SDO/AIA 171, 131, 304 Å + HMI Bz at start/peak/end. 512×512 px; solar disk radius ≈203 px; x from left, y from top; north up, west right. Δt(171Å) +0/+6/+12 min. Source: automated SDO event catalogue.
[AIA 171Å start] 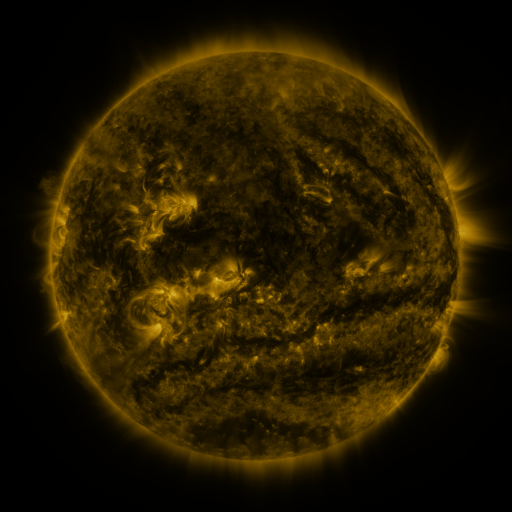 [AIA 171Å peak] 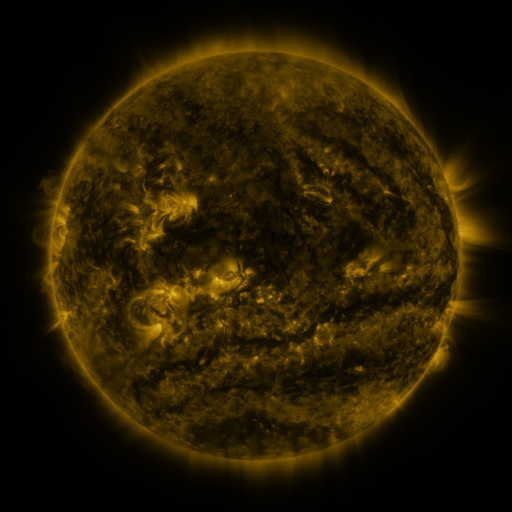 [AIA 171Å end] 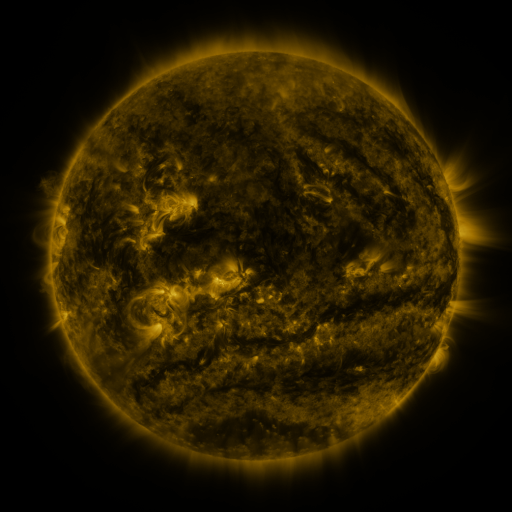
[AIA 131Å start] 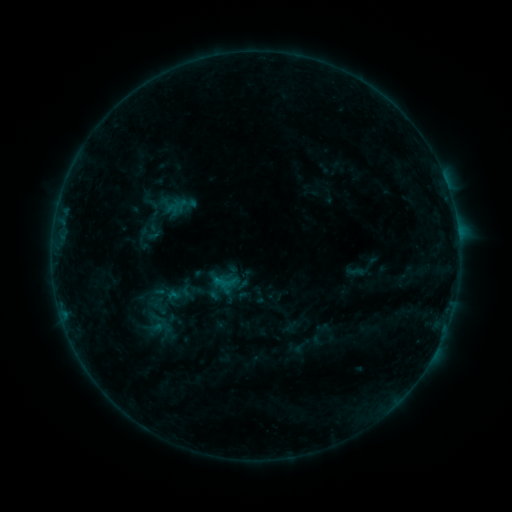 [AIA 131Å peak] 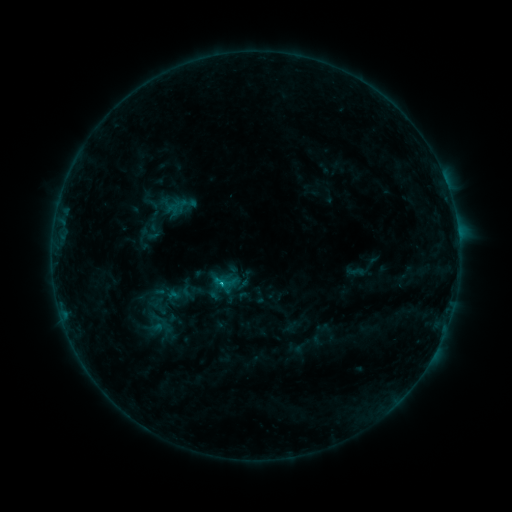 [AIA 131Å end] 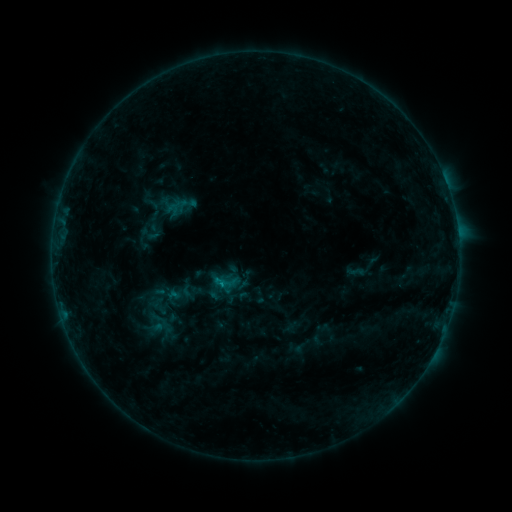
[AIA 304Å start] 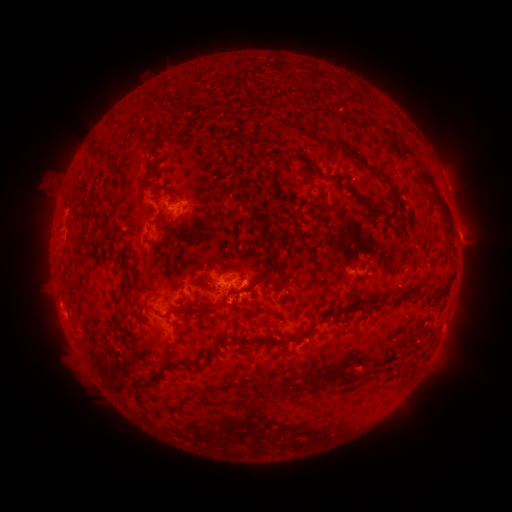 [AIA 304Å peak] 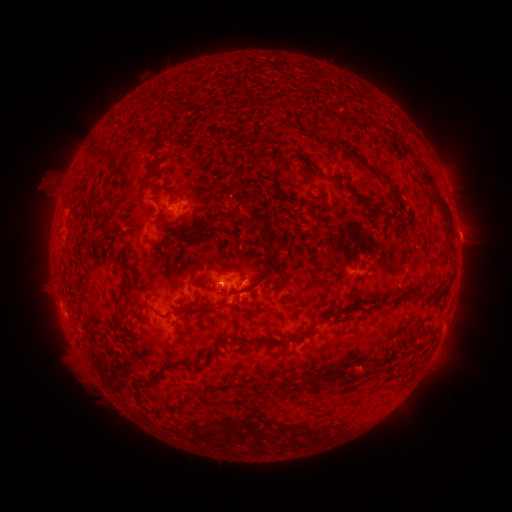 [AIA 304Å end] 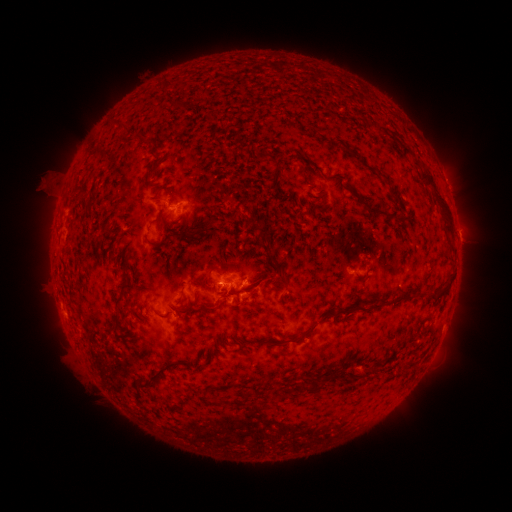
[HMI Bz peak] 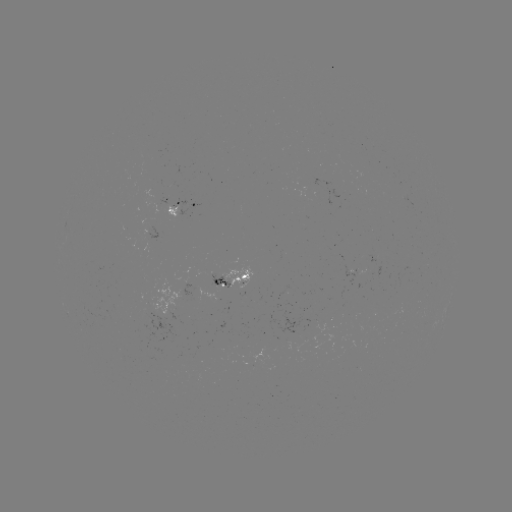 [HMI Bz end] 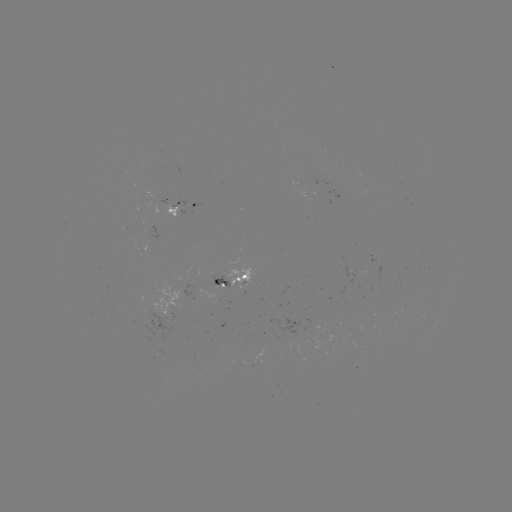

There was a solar flare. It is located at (225, 284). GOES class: B6.6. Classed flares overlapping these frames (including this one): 1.